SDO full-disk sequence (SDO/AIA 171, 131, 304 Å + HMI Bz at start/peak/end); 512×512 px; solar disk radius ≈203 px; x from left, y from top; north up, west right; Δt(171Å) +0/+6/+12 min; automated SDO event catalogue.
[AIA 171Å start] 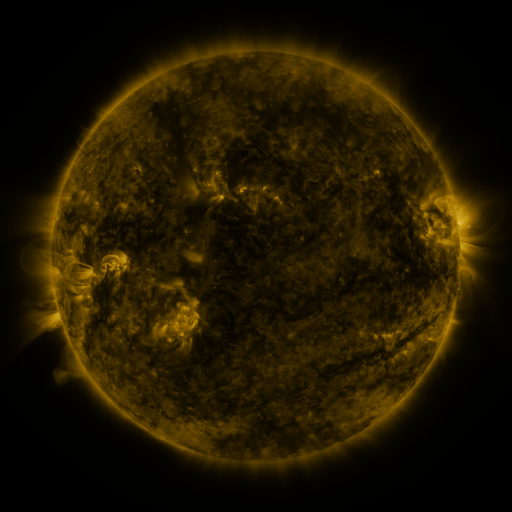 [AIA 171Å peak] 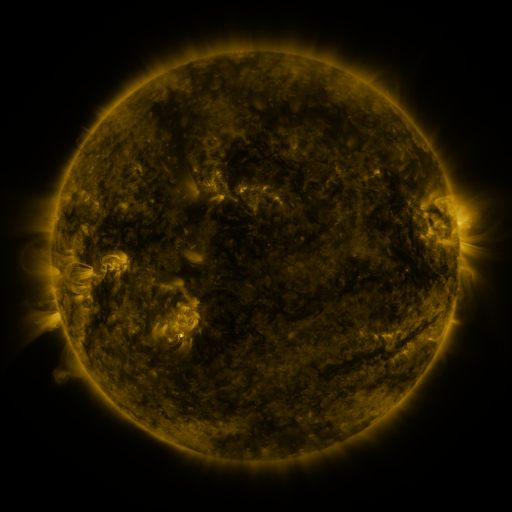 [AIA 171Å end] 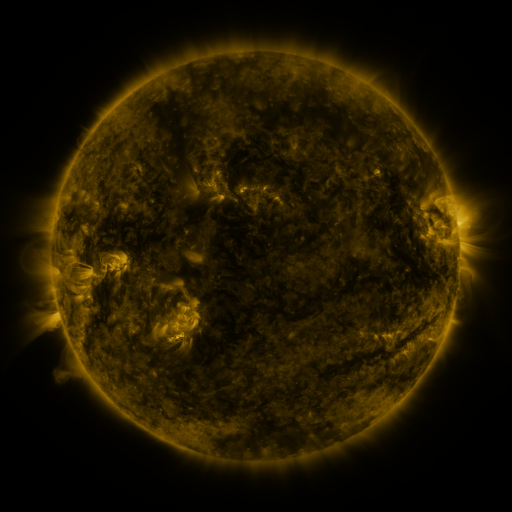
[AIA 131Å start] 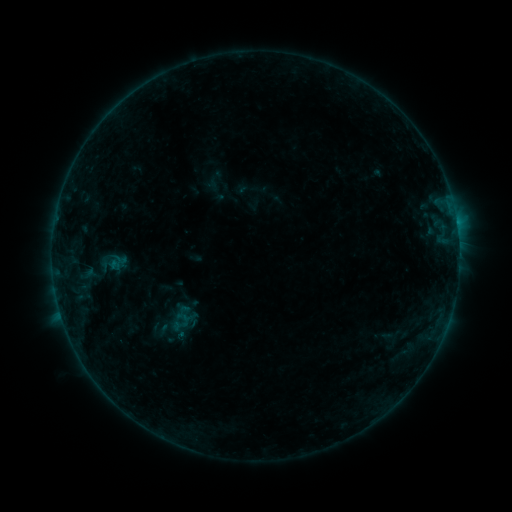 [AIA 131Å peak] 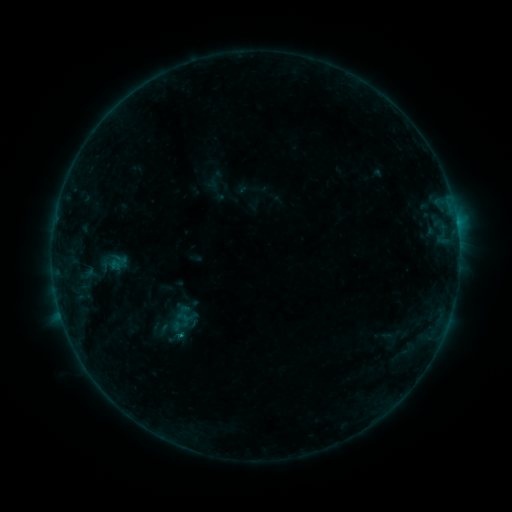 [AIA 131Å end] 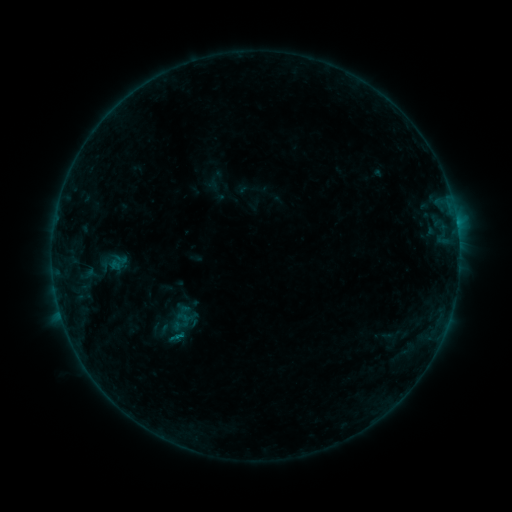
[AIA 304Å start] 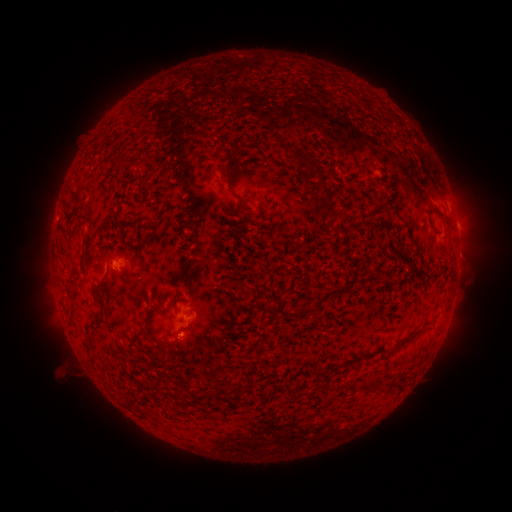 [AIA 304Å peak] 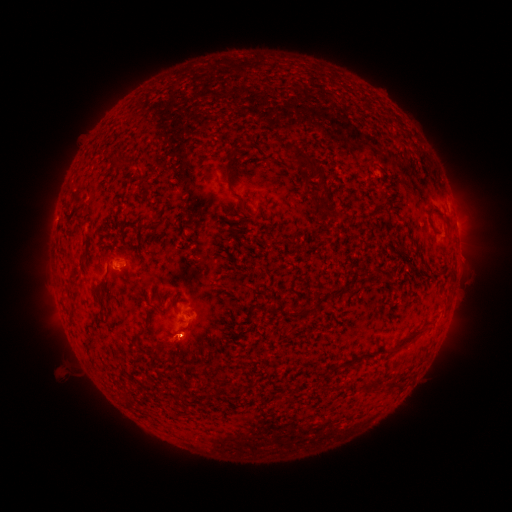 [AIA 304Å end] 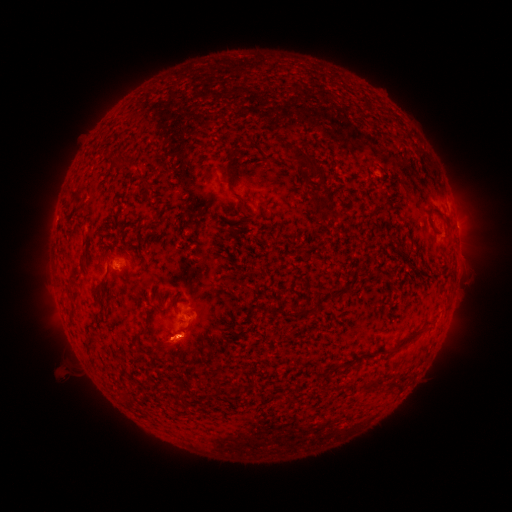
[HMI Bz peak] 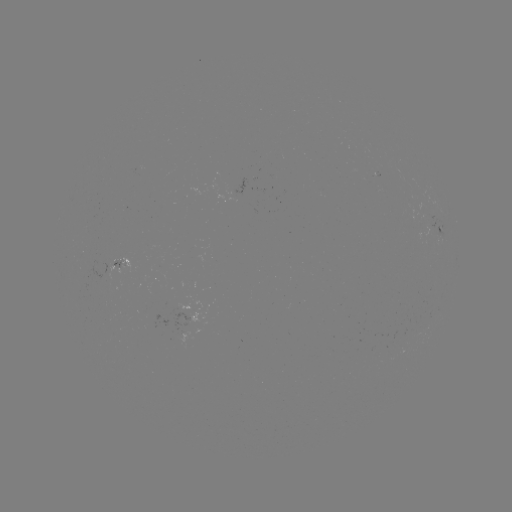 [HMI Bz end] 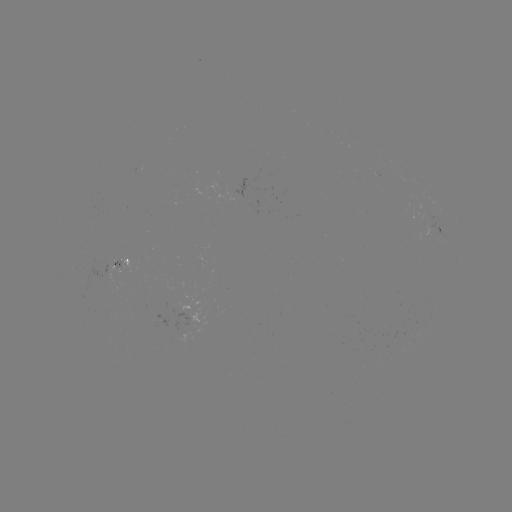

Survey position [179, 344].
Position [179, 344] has eruption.